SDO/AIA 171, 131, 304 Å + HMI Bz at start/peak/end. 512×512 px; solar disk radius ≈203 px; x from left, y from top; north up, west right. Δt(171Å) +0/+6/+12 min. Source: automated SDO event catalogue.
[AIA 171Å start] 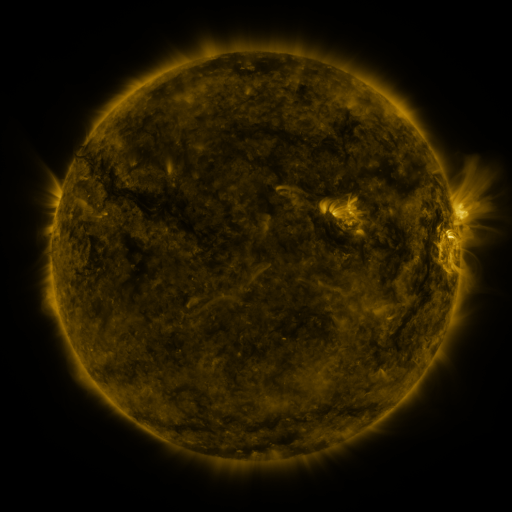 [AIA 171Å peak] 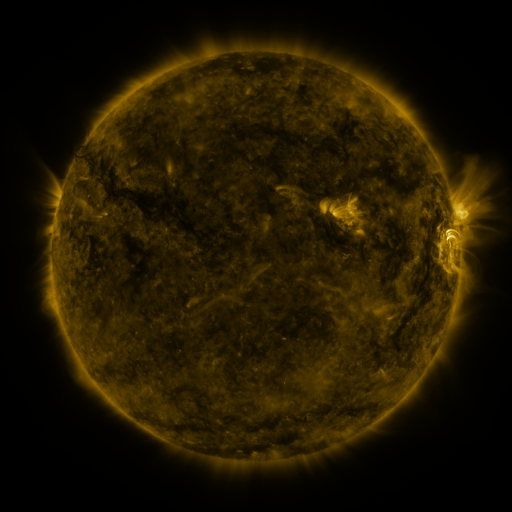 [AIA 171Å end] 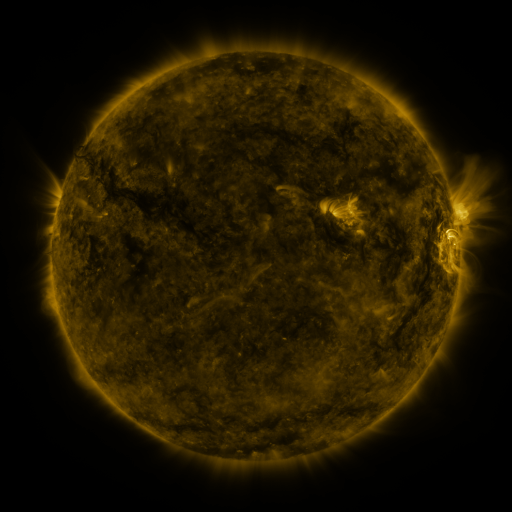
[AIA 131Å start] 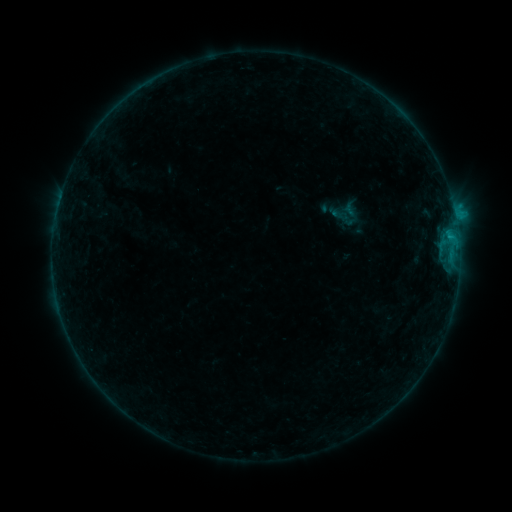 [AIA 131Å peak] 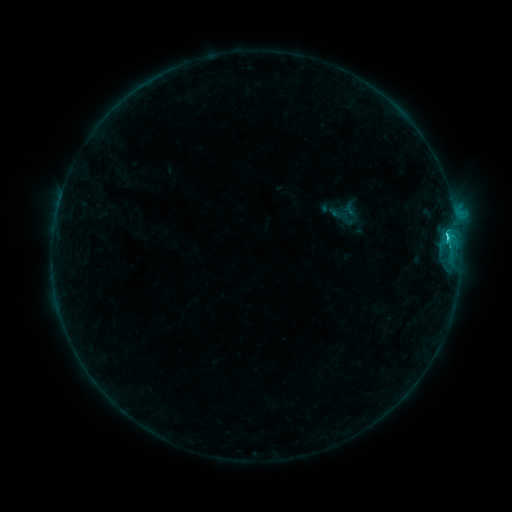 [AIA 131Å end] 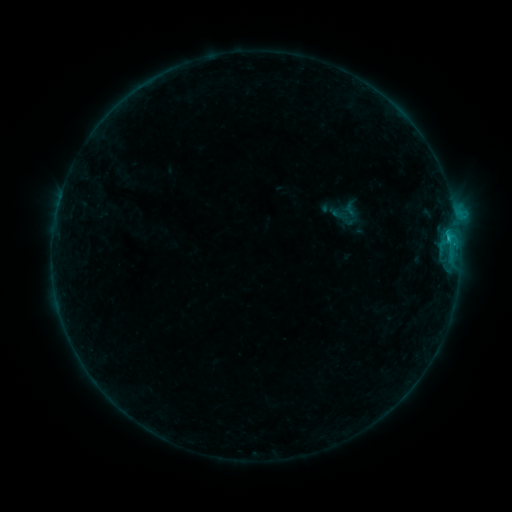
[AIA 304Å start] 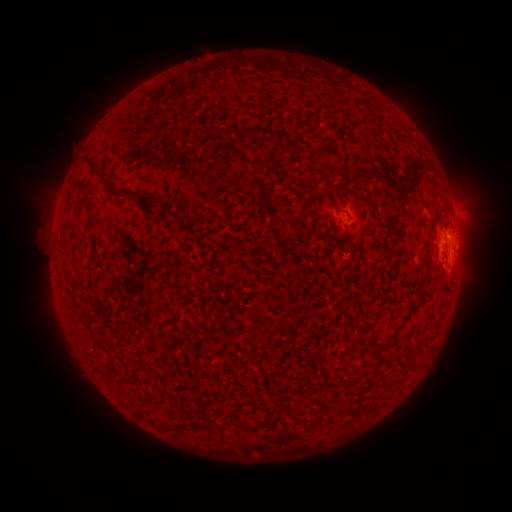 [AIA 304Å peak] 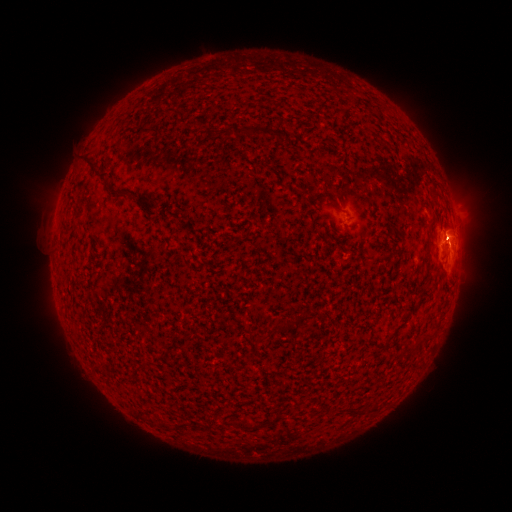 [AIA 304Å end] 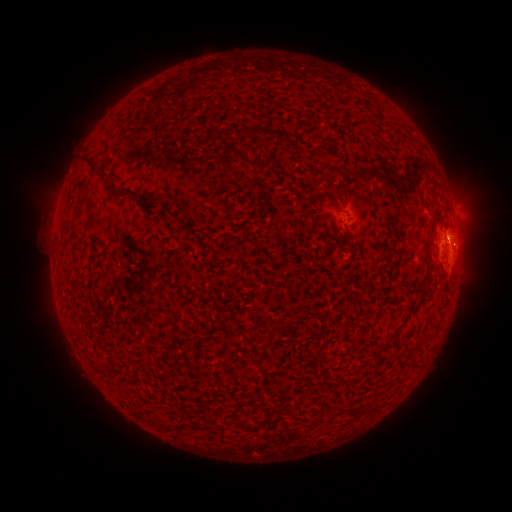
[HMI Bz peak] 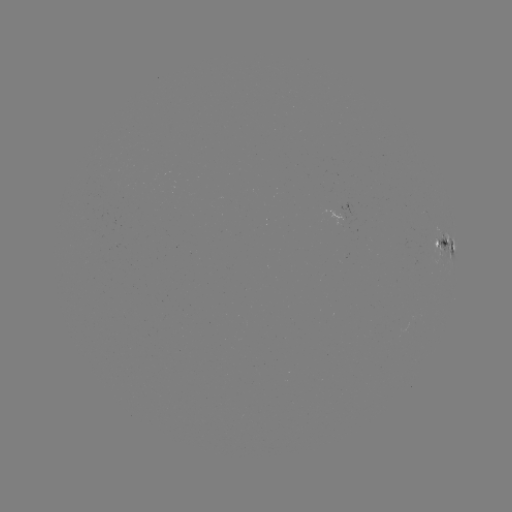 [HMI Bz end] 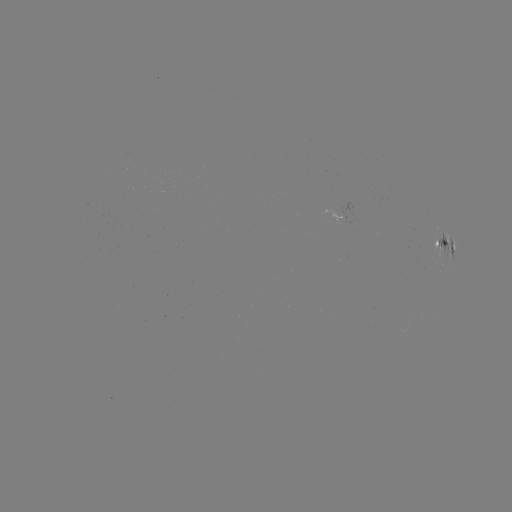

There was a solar flare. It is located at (446, 237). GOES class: C1.4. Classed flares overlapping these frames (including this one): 1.